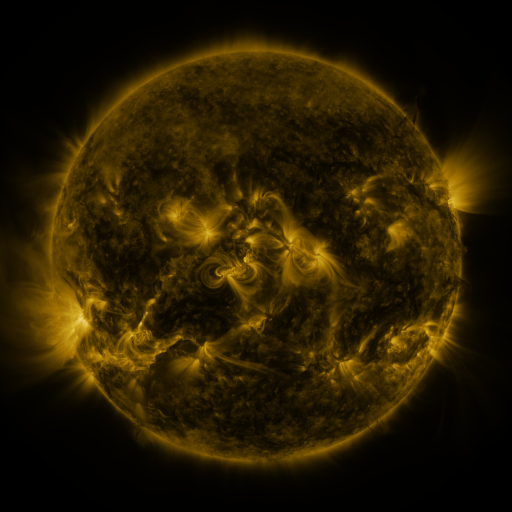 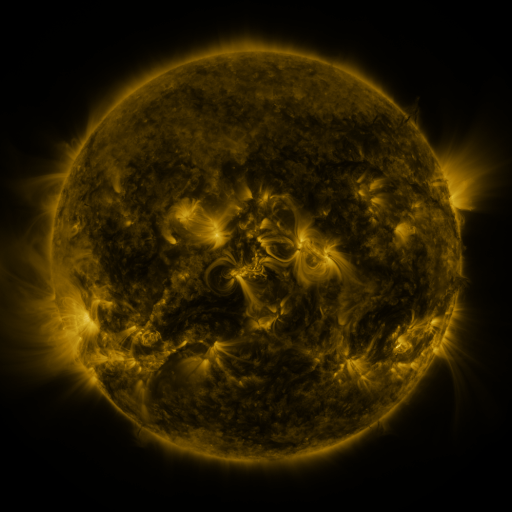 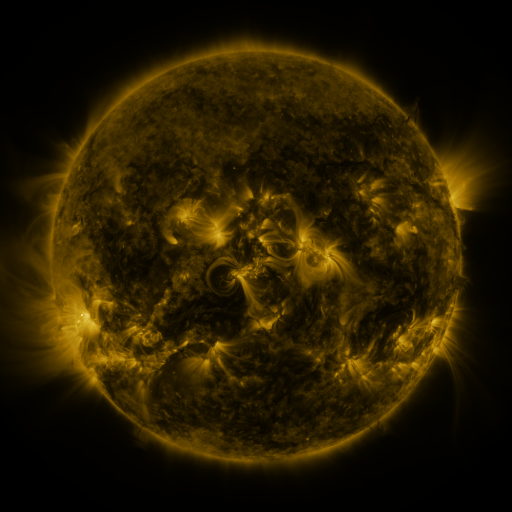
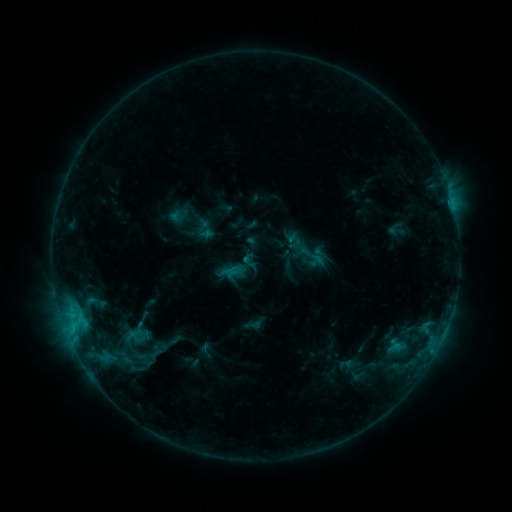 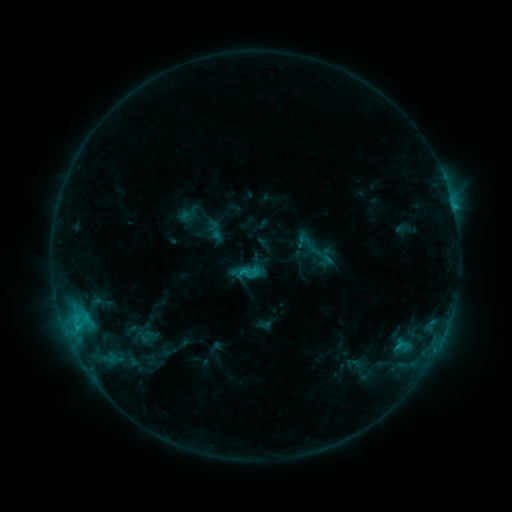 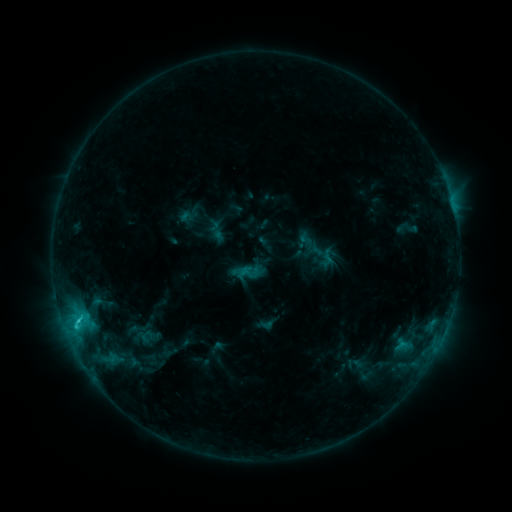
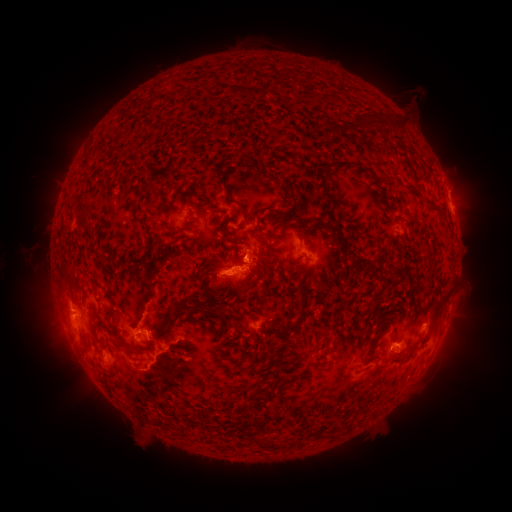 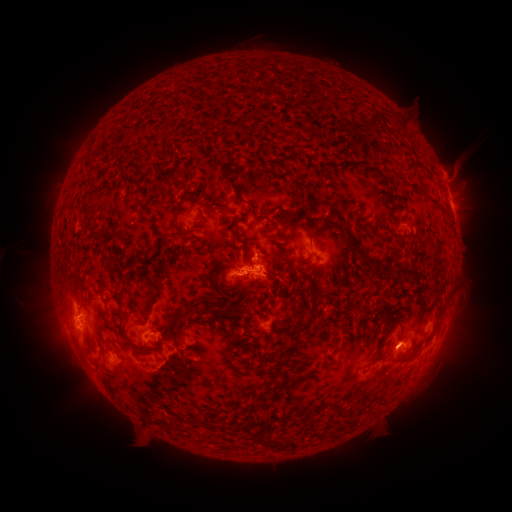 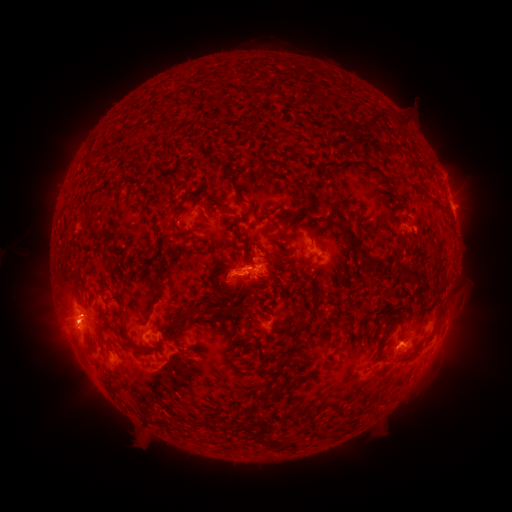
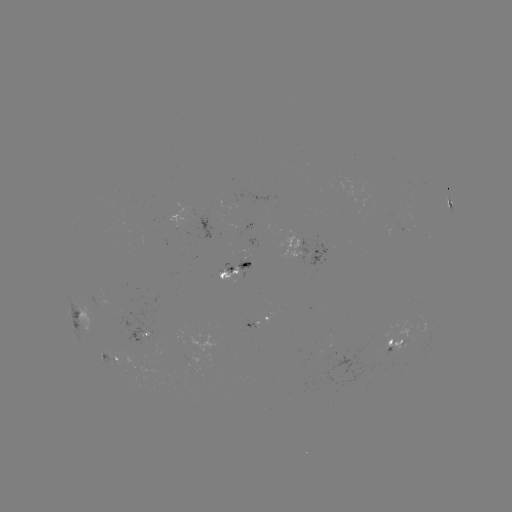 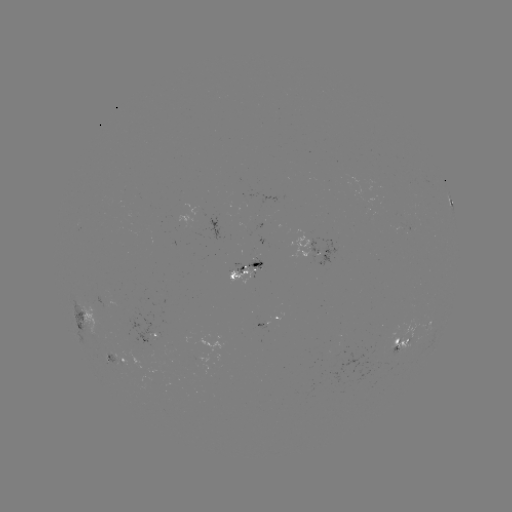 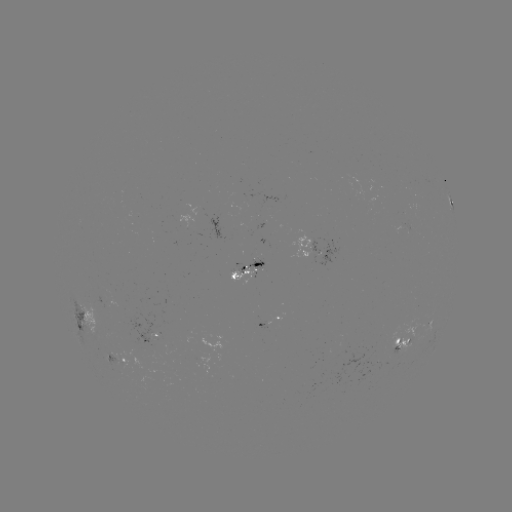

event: emerging-flux region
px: (238, 213)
